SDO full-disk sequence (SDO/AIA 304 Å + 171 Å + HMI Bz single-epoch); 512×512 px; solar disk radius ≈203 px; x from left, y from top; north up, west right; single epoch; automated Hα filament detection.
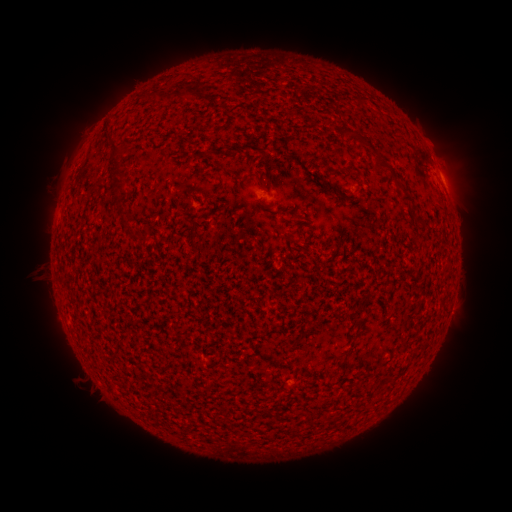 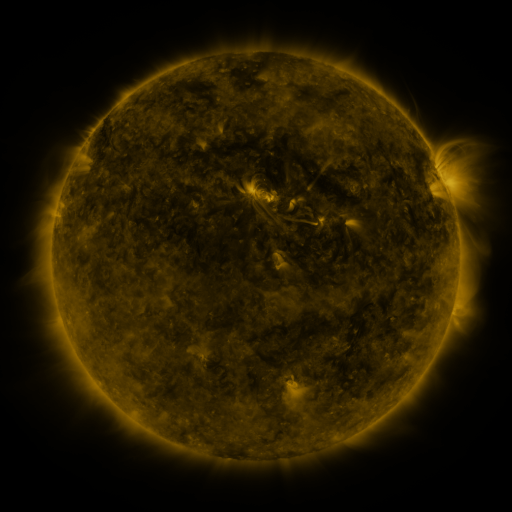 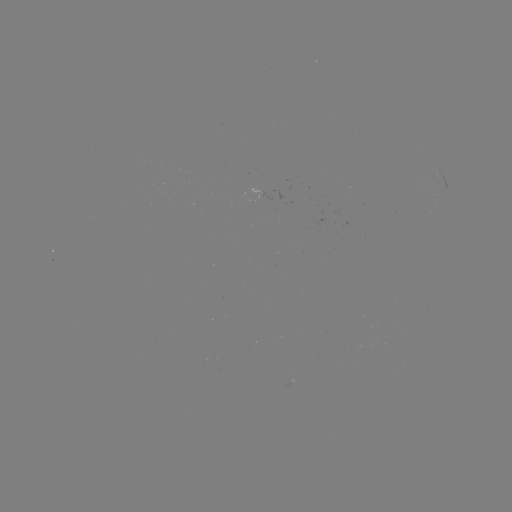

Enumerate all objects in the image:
filament: (168, 97)
filament: (188, 97)
filament: (354, 136)
filament: (114, 157)
filament: (381, 164)
filament: (315, 176)
filament: (331, 189)
filament: (406, 198)
filament: (119, 205)
filament: (295, 216)
filament: (419, 221)
filament: (134, 235)
filament: (290, 237)
filament: (193, 247)
